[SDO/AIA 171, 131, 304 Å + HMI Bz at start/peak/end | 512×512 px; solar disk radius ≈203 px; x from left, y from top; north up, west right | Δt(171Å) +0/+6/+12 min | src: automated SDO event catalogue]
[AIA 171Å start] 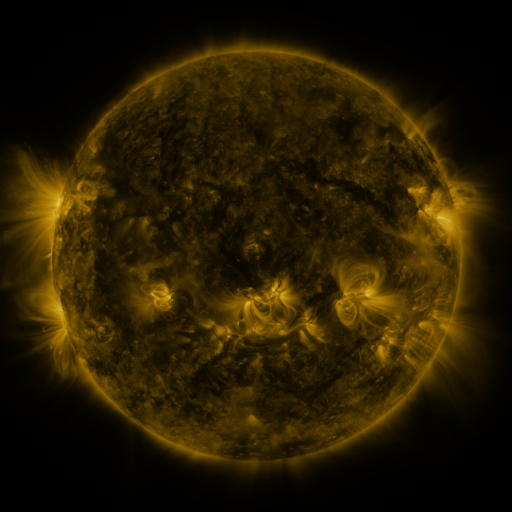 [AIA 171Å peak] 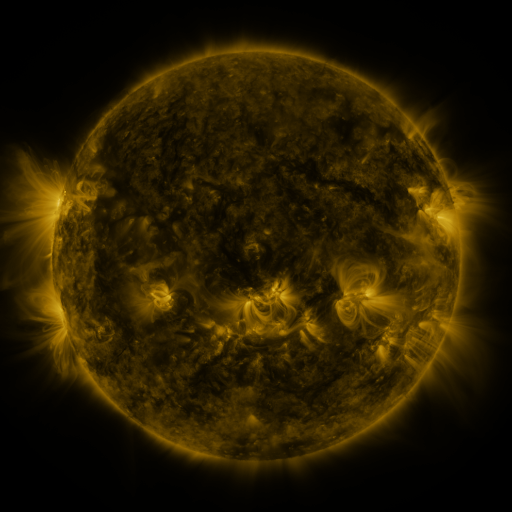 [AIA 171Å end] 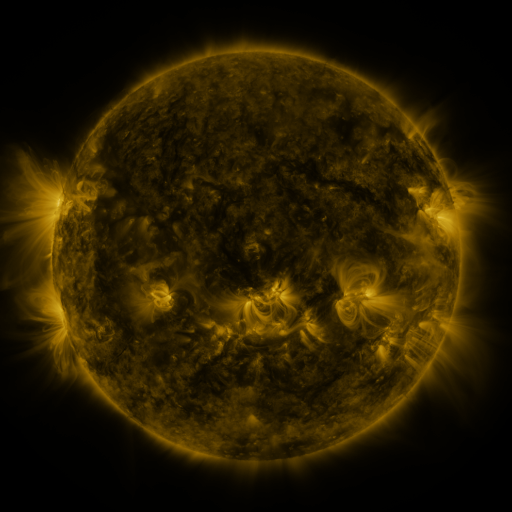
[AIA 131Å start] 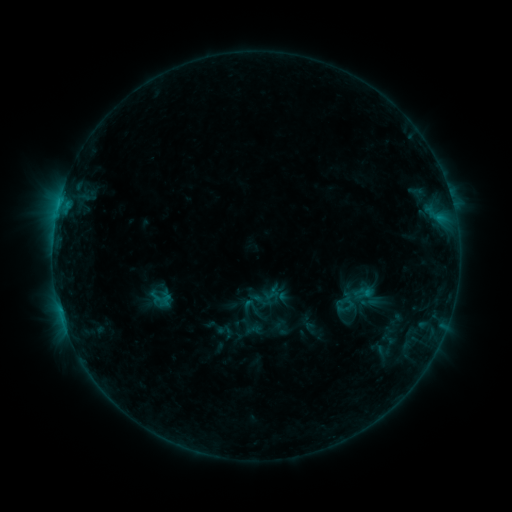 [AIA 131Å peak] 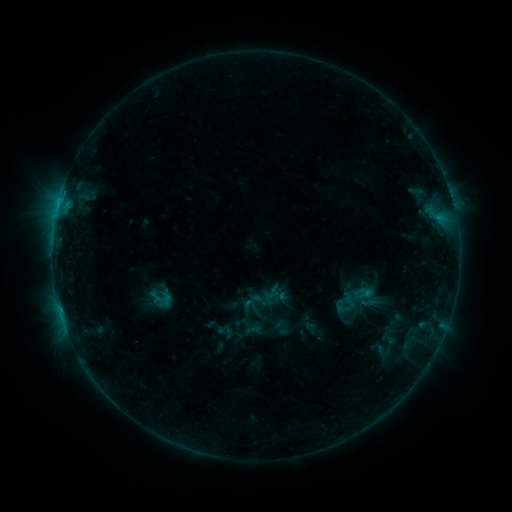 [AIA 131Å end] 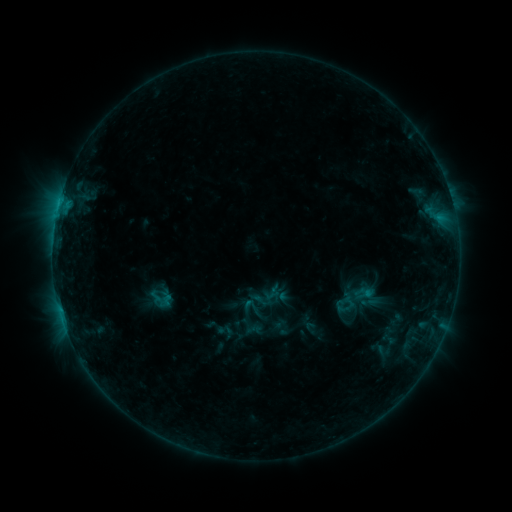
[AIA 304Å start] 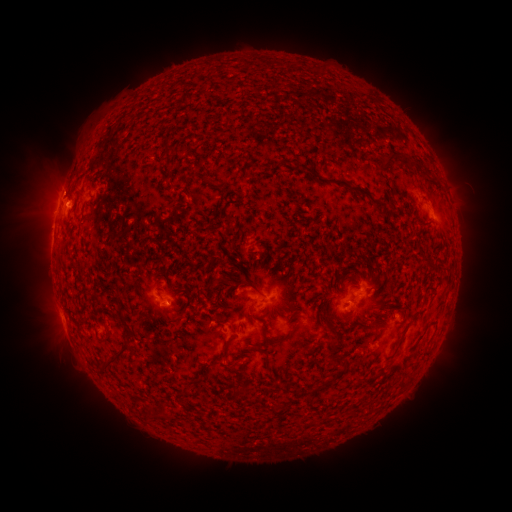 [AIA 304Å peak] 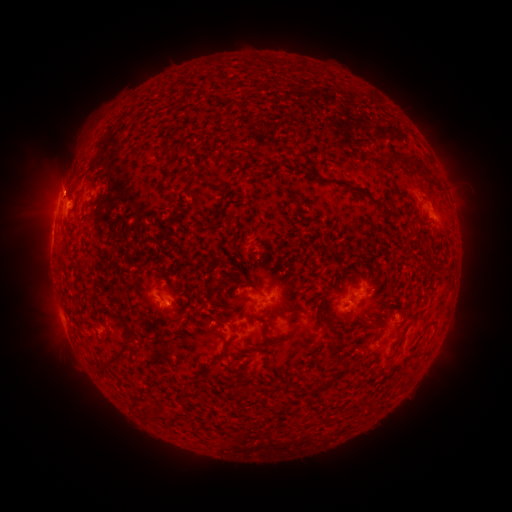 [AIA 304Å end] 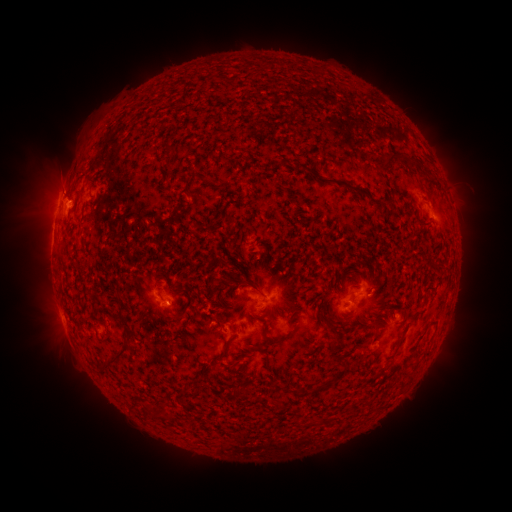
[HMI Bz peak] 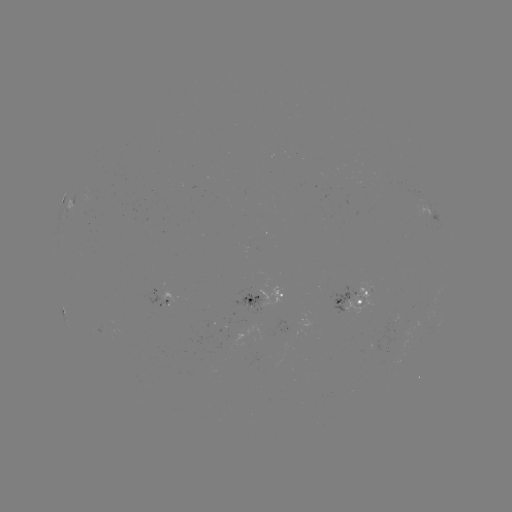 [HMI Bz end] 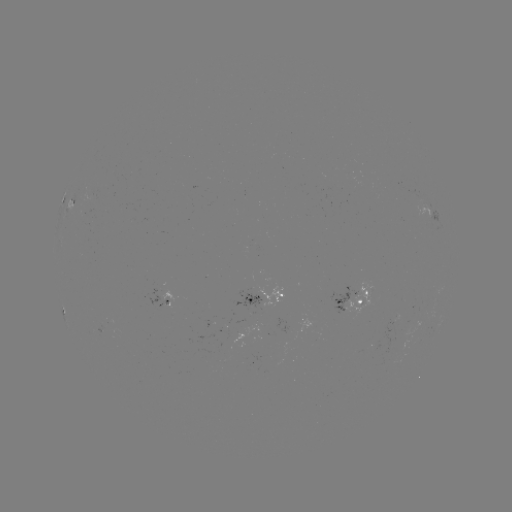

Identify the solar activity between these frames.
eruption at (57, 183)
